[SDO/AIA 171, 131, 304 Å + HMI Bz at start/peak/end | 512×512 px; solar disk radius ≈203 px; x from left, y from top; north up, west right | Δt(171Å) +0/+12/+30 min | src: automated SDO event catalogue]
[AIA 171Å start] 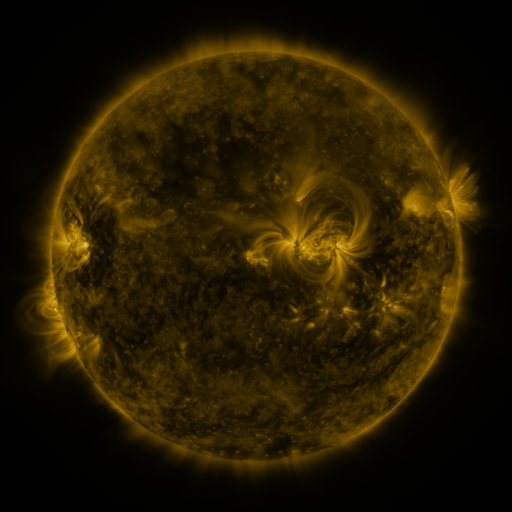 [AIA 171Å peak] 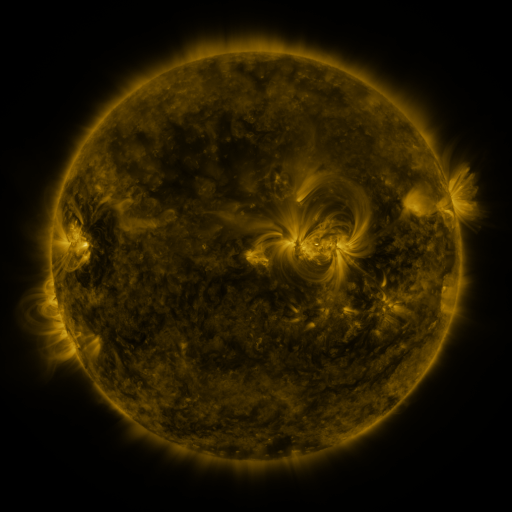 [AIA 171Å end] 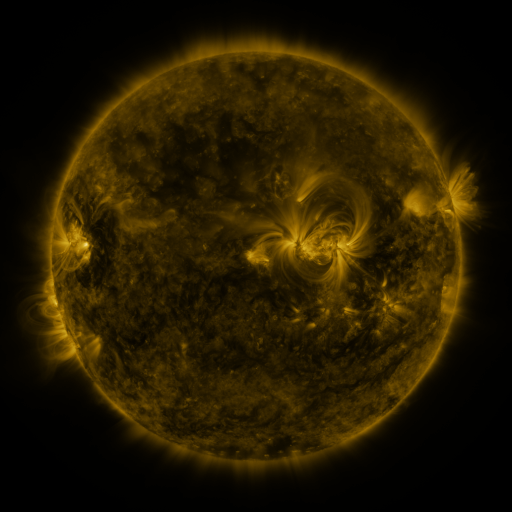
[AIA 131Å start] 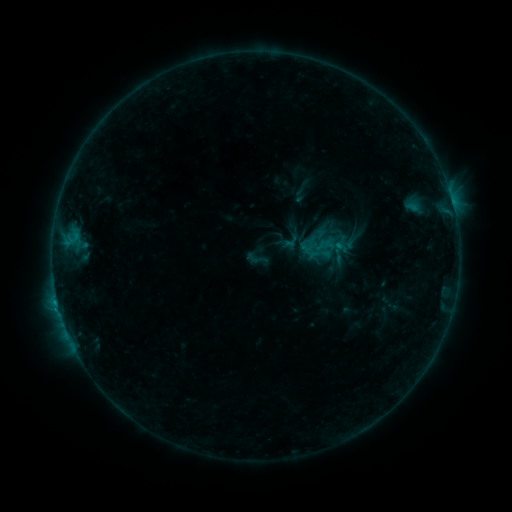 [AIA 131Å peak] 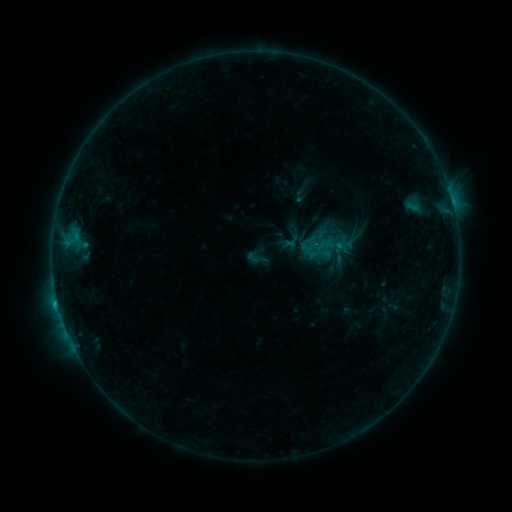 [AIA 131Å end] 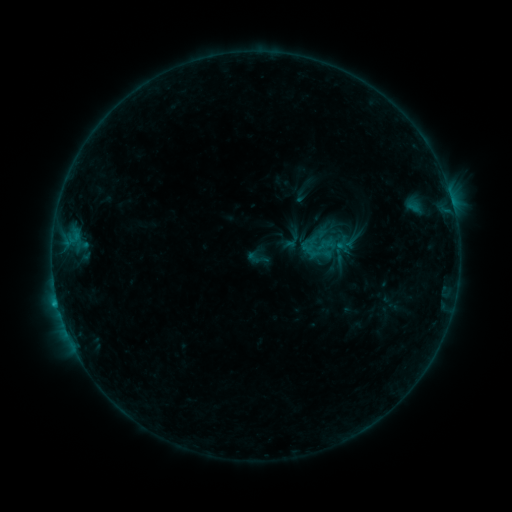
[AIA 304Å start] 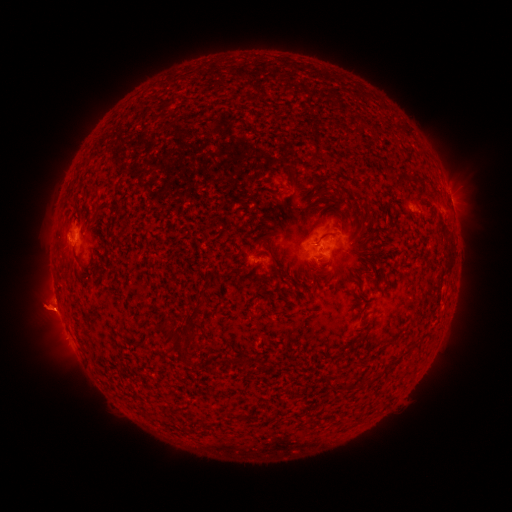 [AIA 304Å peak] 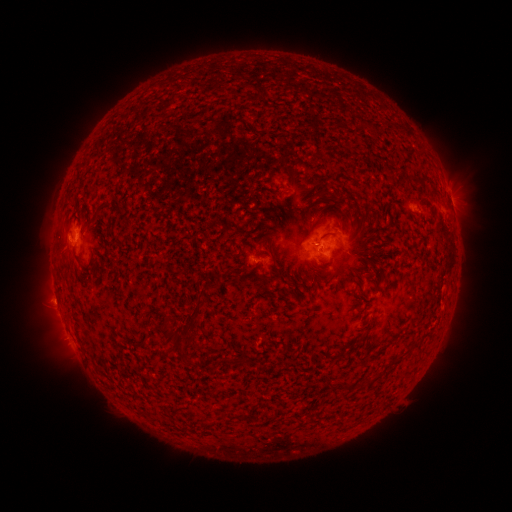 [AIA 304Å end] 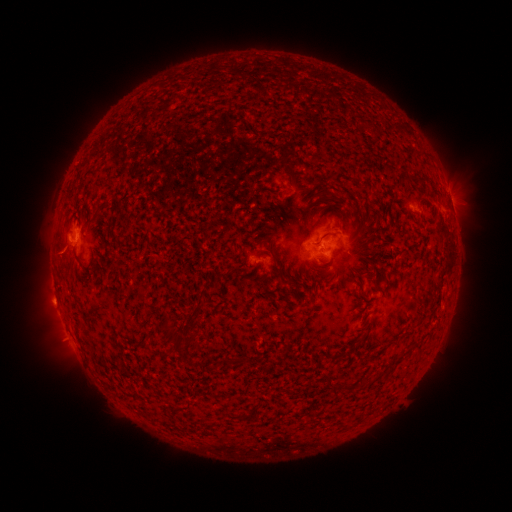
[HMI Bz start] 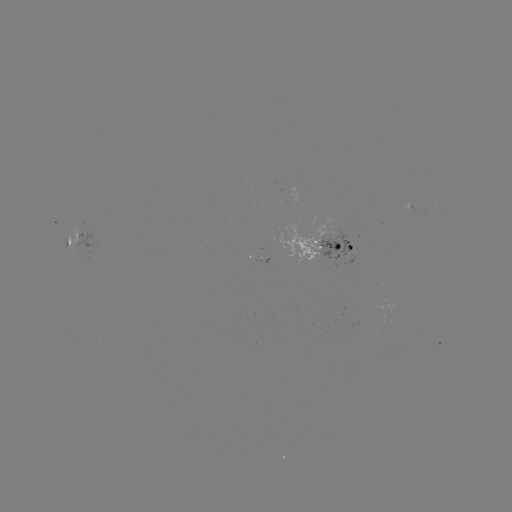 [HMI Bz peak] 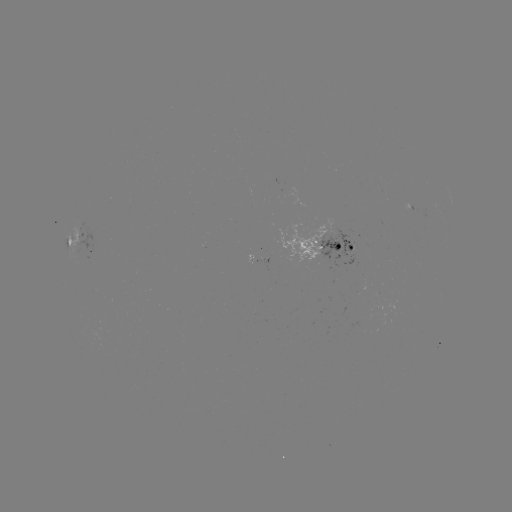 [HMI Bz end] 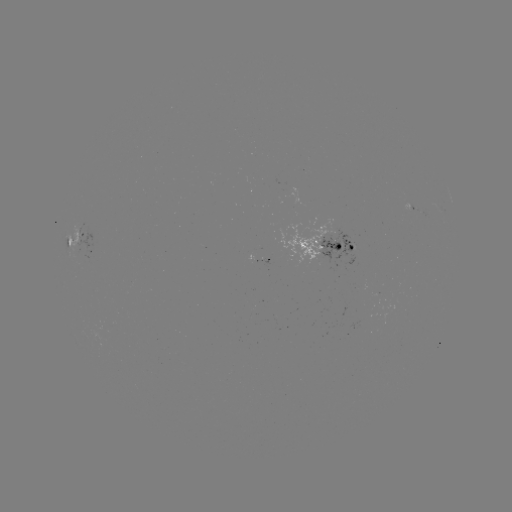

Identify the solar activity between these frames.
B7.5 flare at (315, 248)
